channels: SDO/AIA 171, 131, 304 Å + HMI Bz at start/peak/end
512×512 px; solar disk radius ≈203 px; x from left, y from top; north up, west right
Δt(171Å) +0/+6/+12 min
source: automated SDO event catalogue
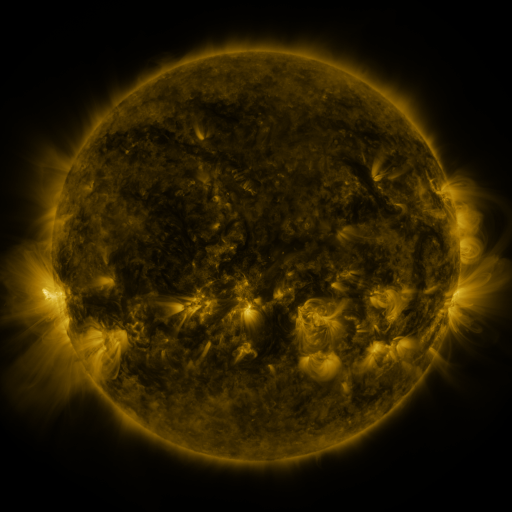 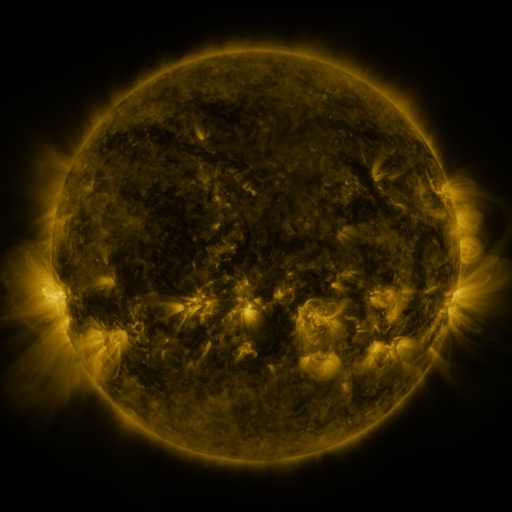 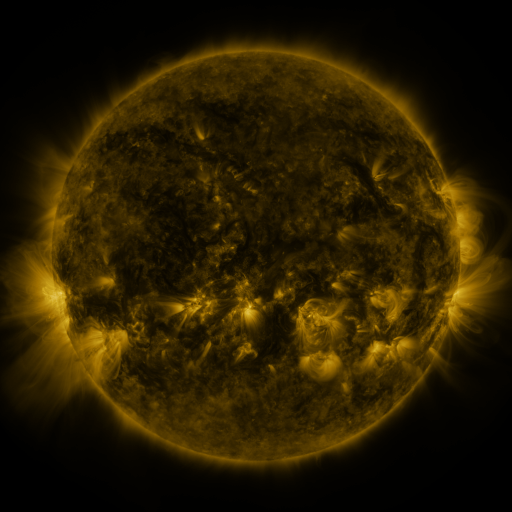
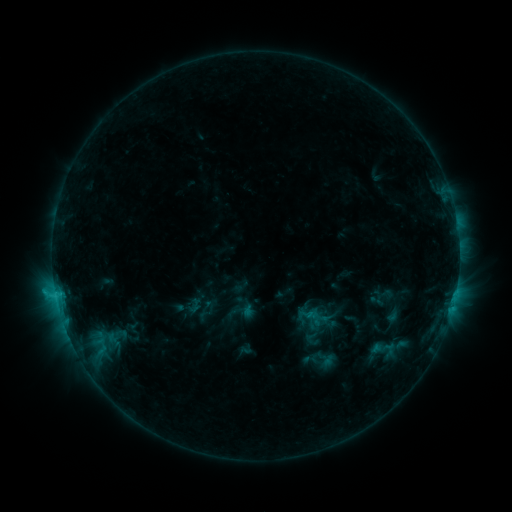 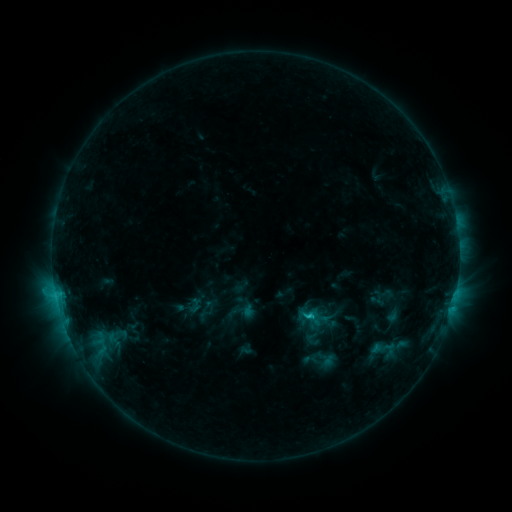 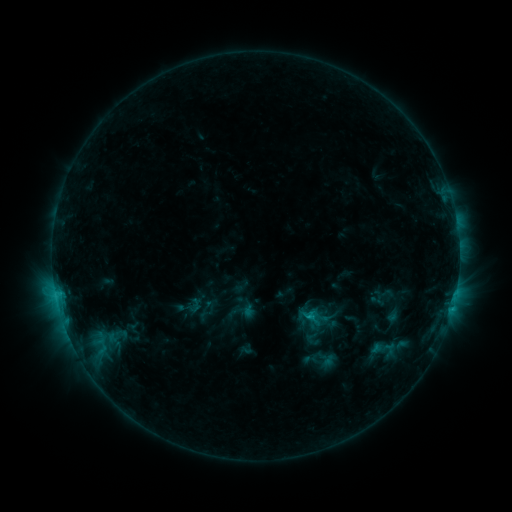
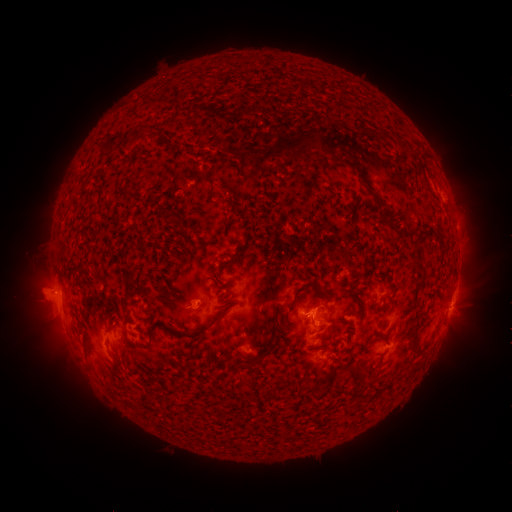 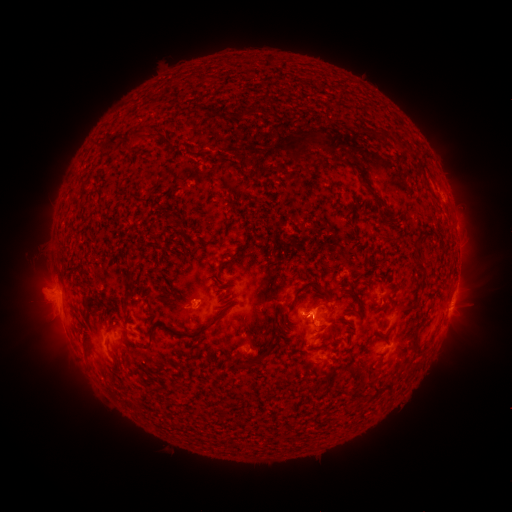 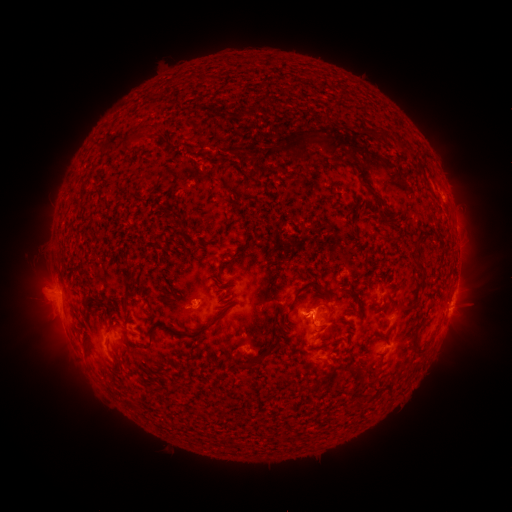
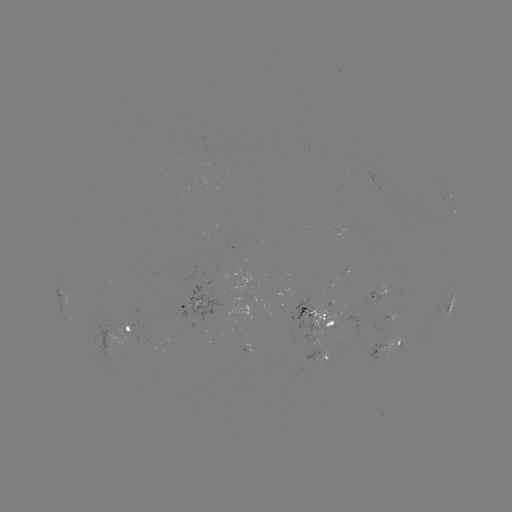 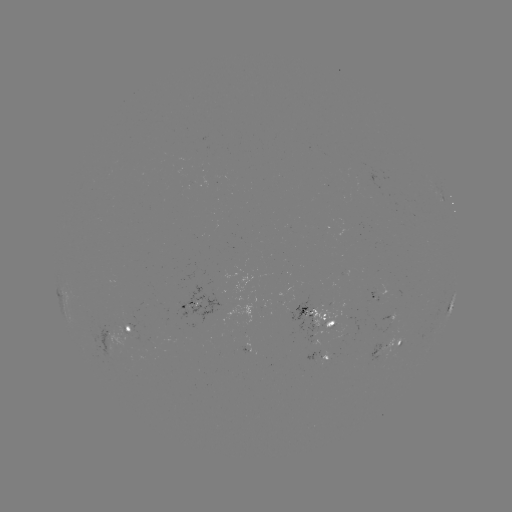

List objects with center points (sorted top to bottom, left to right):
C1.1 flare: (310, 313)
